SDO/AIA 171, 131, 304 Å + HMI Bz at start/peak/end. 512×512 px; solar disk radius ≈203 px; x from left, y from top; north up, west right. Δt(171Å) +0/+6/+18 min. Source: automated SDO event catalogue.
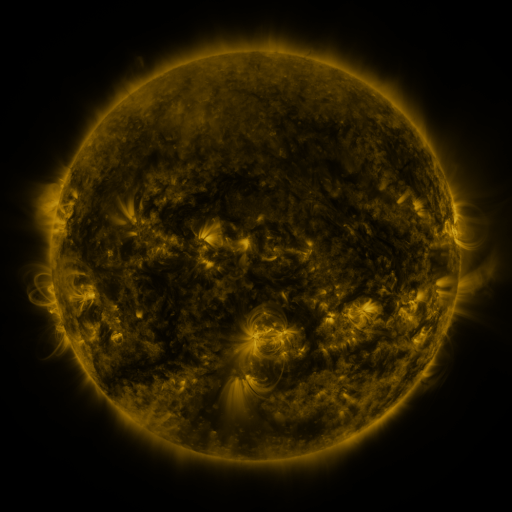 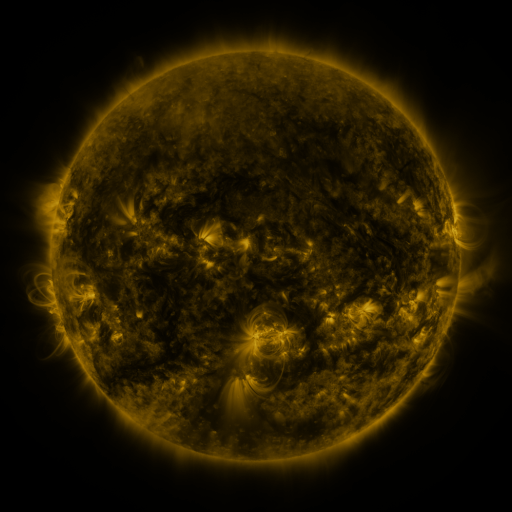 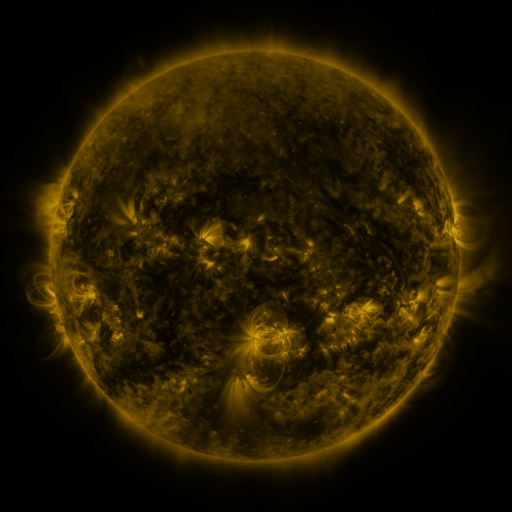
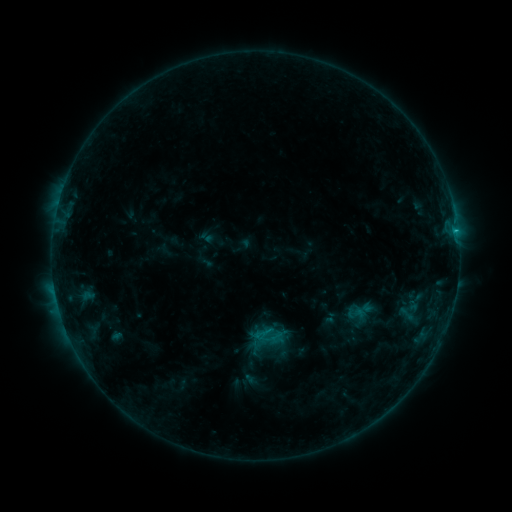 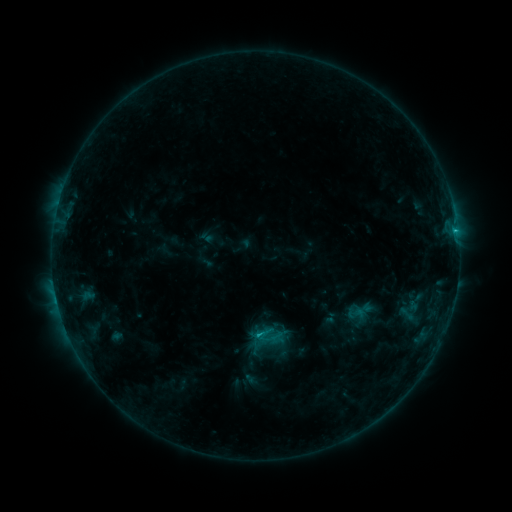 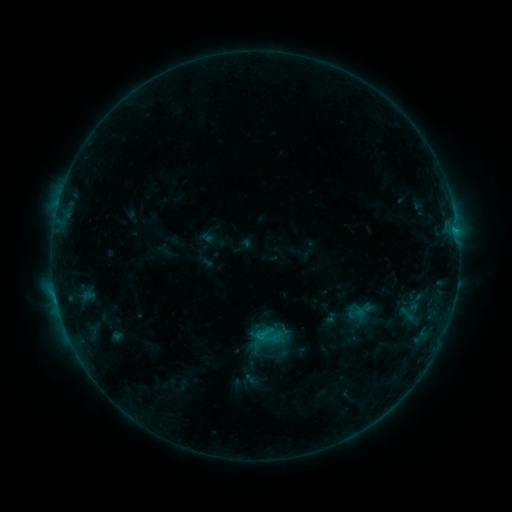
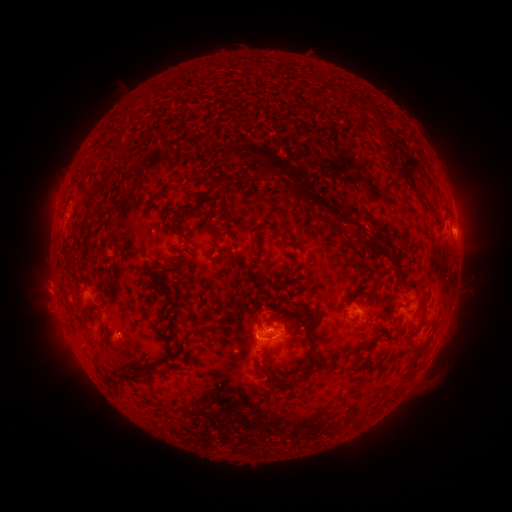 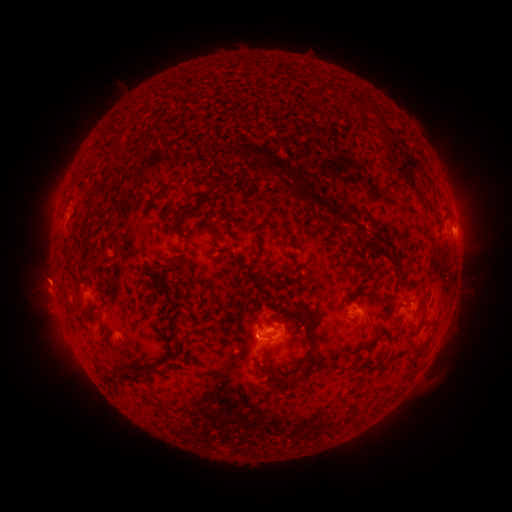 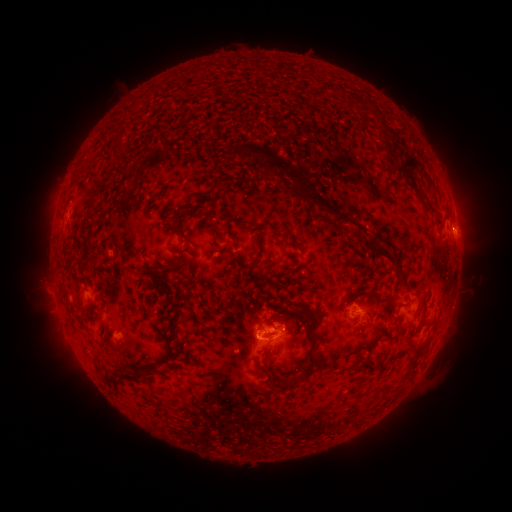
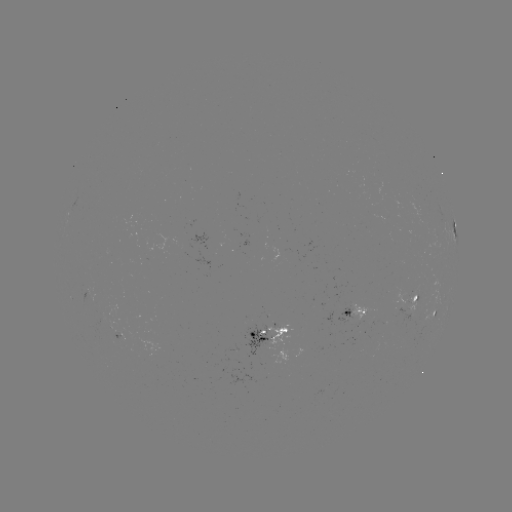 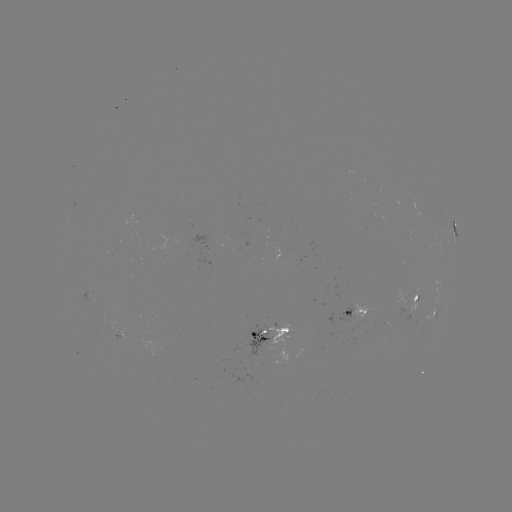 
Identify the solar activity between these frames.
eruption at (48, 281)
